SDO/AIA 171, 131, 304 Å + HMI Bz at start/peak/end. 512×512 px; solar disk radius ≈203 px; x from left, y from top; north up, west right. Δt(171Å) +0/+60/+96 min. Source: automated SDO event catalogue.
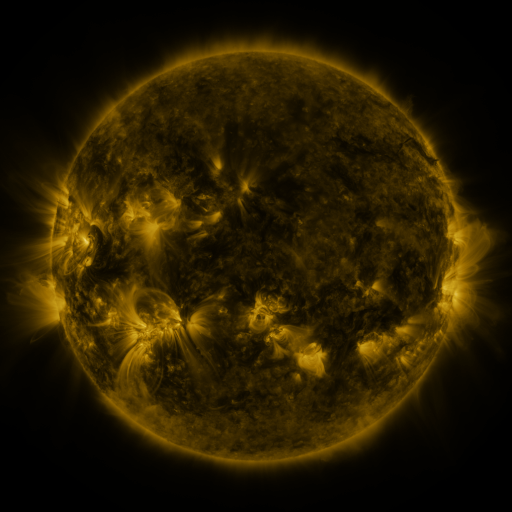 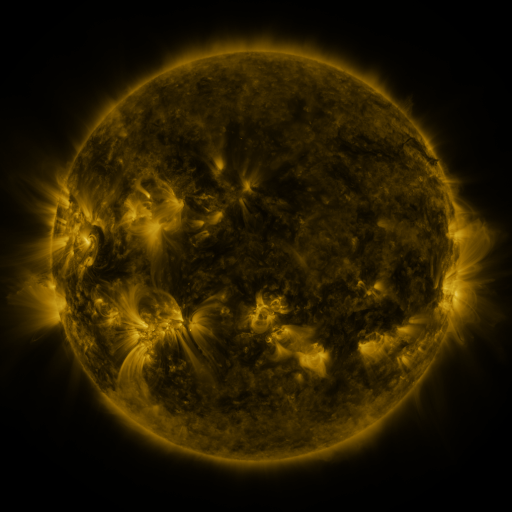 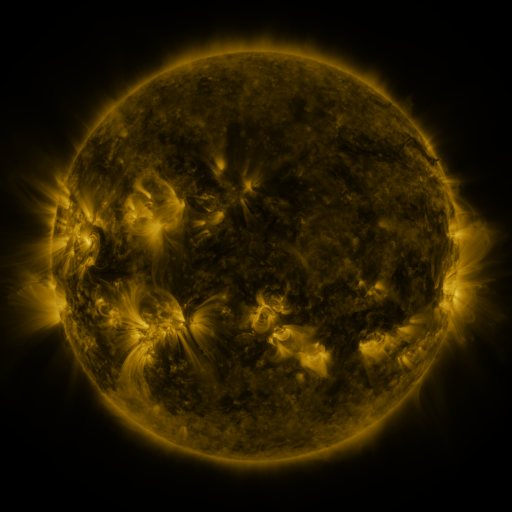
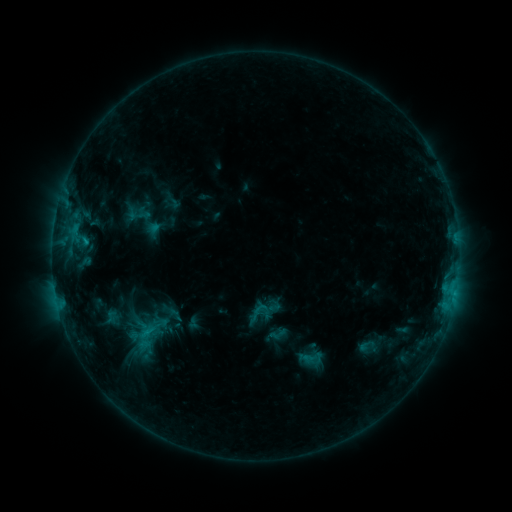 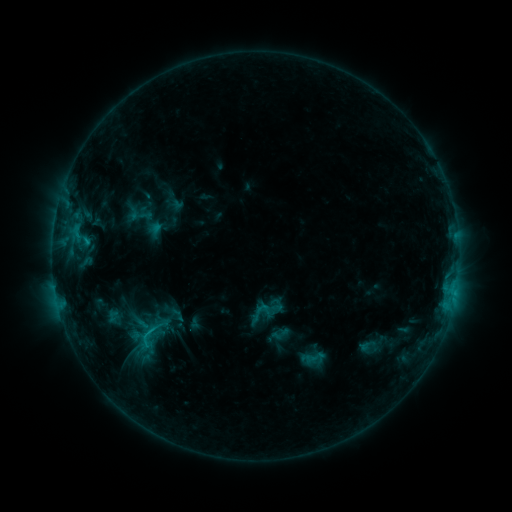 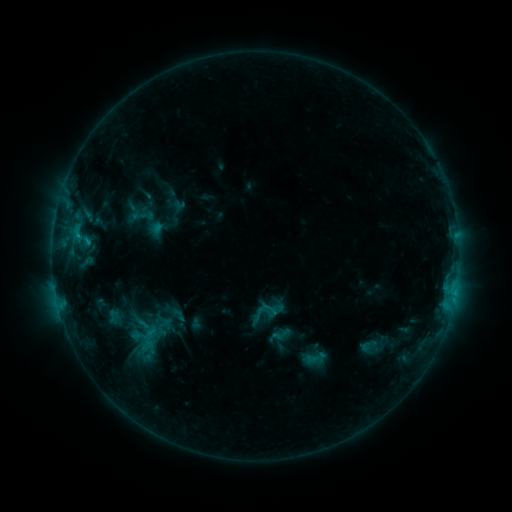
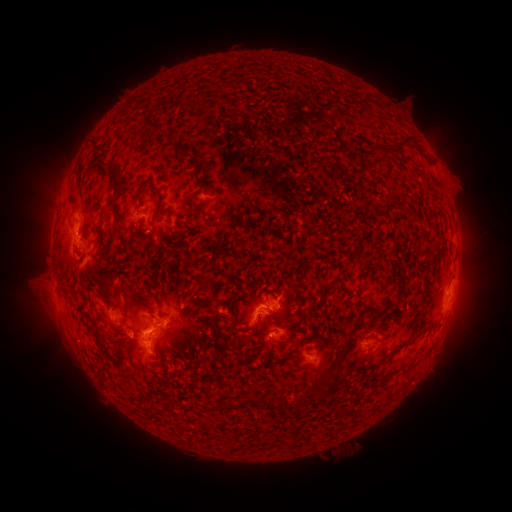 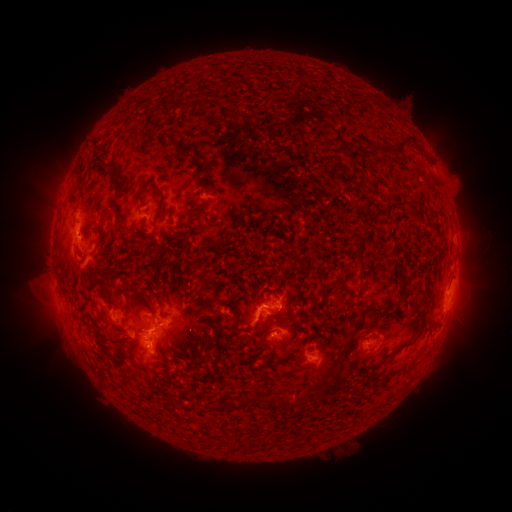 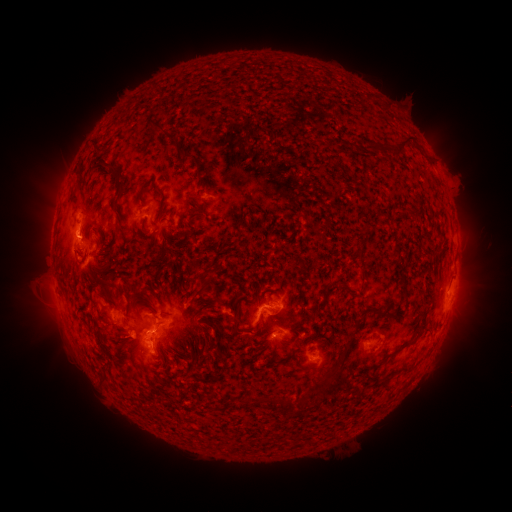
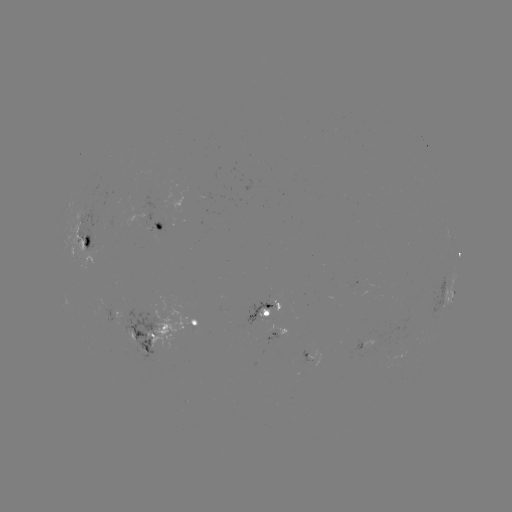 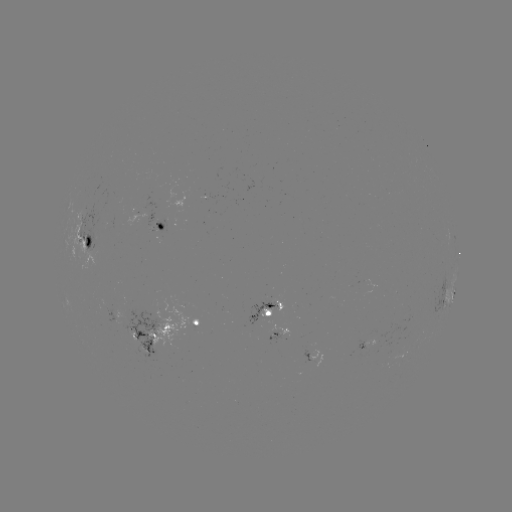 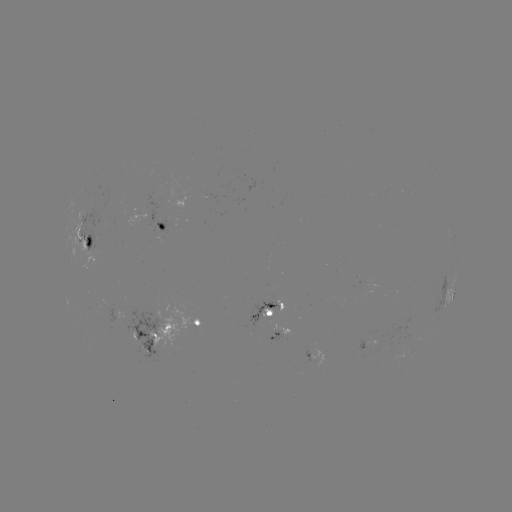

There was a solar emerging-flux region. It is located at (374, 345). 